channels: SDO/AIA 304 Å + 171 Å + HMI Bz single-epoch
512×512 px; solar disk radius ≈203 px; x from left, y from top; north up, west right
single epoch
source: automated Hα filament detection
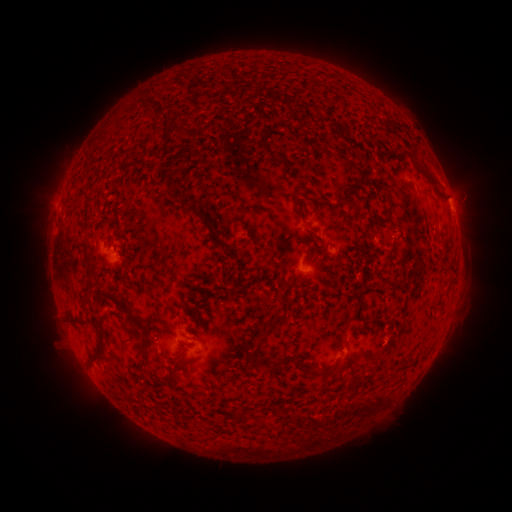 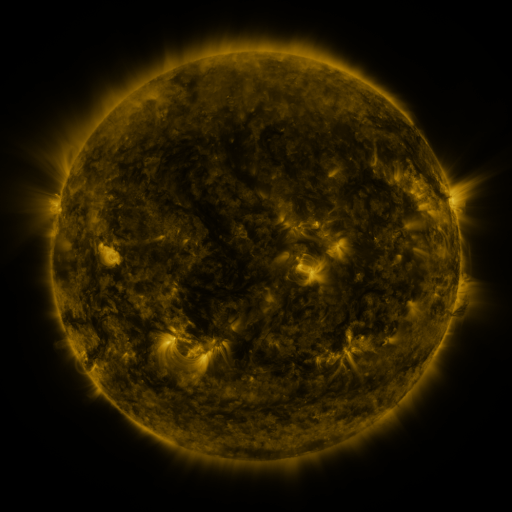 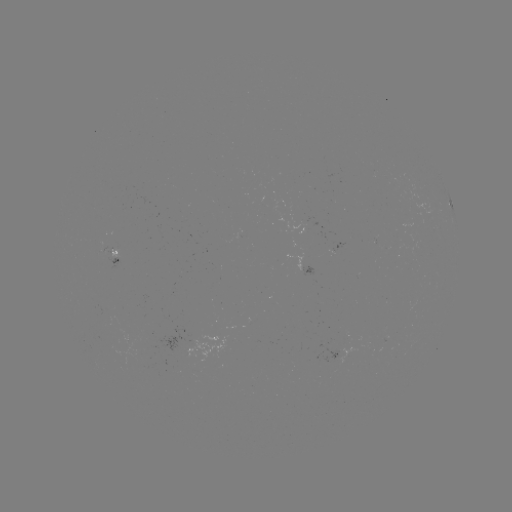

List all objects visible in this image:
filament: (106, 124, 115, 132)
filament: (67, 183, 84, 202)
filament: (68, 218, 78, 235)
filament: (58, 219, 67, 237)
filament: (57, 242, 73, 260)
filament: (58, 262, 68, 286)
filament: (62, 273, 84, 322)
filament: (77, 325, 99, 358)
filament: (71, 327, 81, 339)
filament: (97, 363, 117, 384)
